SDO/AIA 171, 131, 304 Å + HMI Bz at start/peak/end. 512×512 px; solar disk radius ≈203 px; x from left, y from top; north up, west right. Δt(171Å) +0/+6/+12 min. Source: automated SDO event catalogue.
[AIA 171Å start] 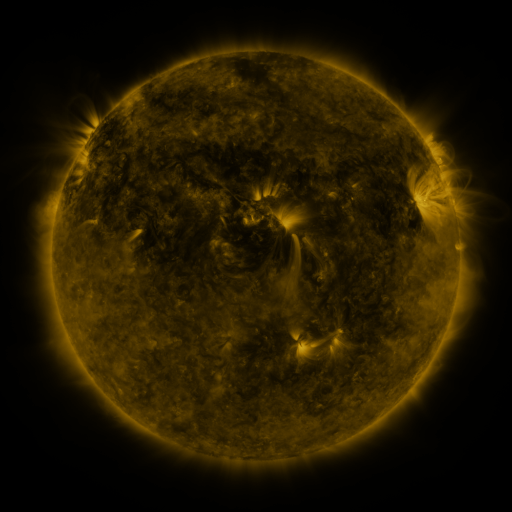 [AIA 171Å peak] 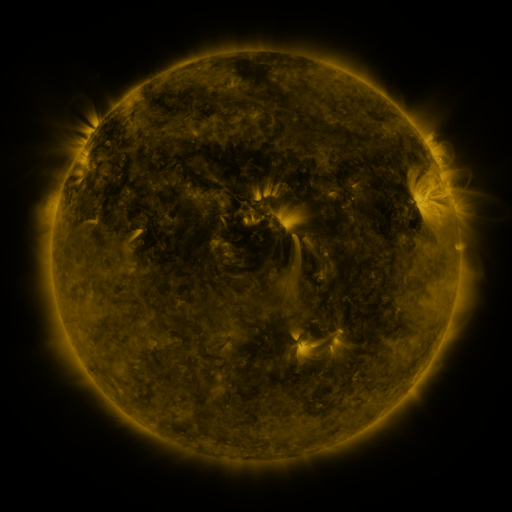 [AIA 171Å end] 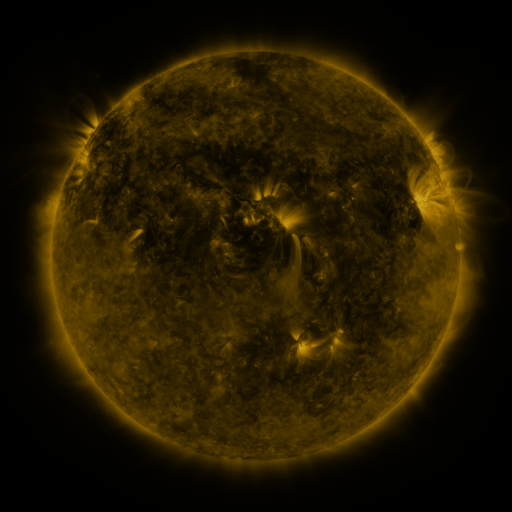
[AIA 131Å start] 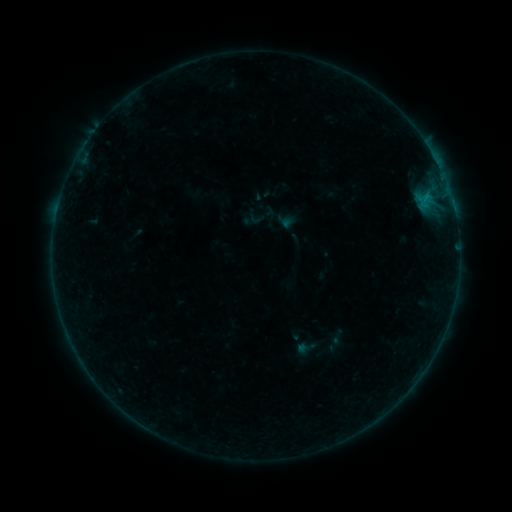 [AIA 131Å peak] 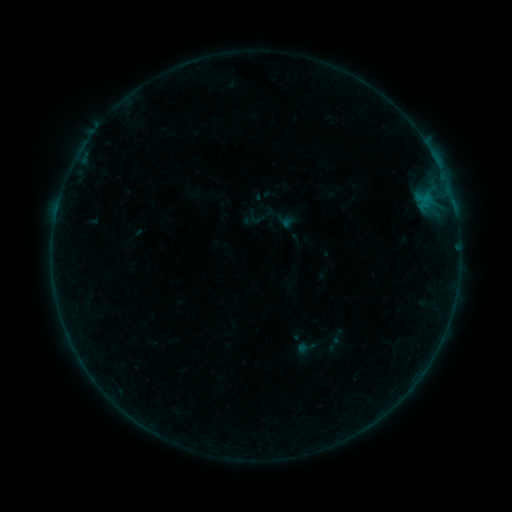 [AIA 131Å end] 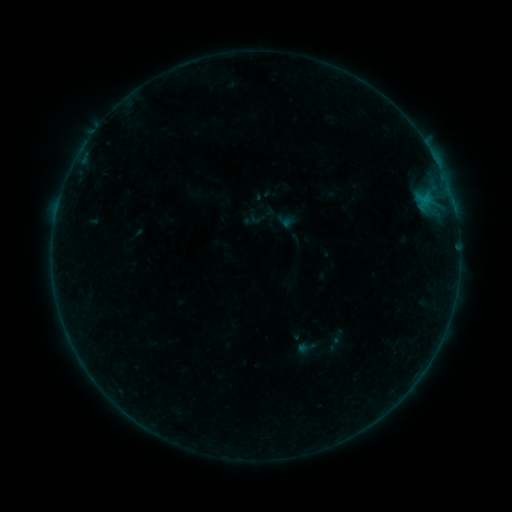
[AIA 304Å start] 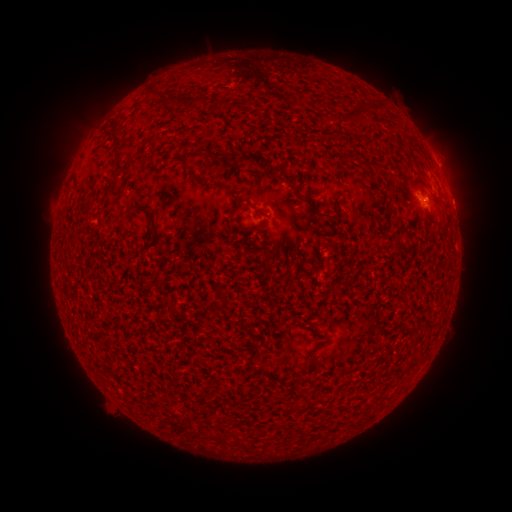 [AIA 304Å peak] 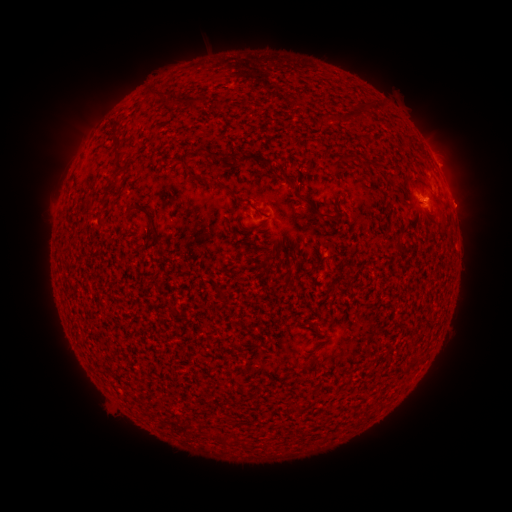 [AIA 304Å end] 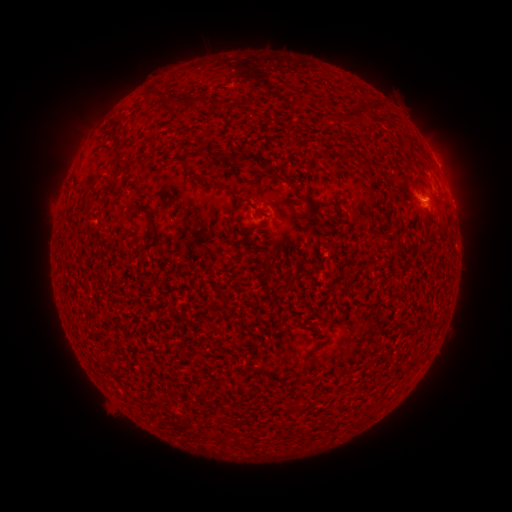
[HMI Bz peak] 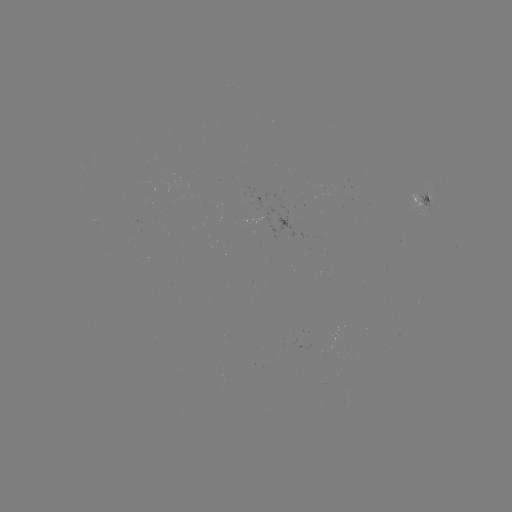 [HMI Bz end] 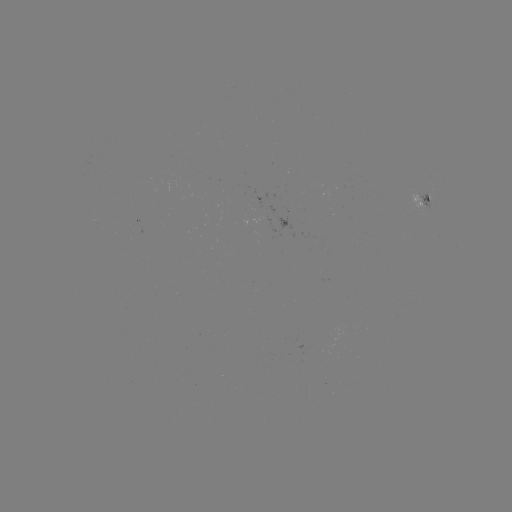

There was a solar eruption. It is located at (465, 205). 